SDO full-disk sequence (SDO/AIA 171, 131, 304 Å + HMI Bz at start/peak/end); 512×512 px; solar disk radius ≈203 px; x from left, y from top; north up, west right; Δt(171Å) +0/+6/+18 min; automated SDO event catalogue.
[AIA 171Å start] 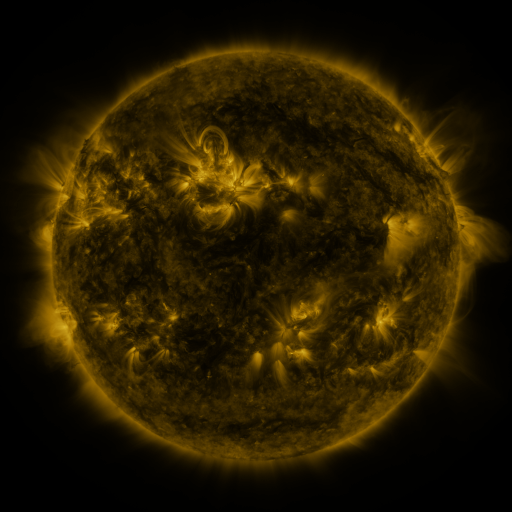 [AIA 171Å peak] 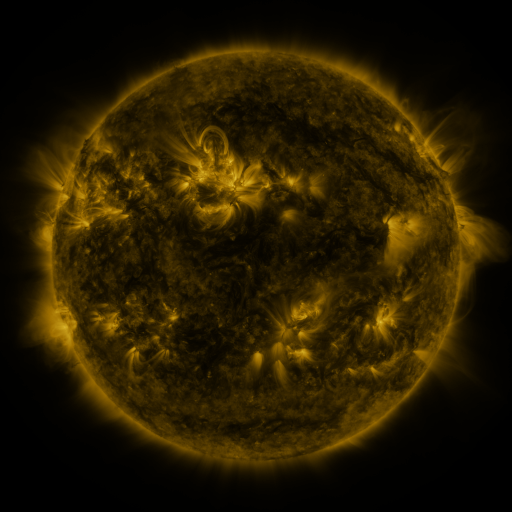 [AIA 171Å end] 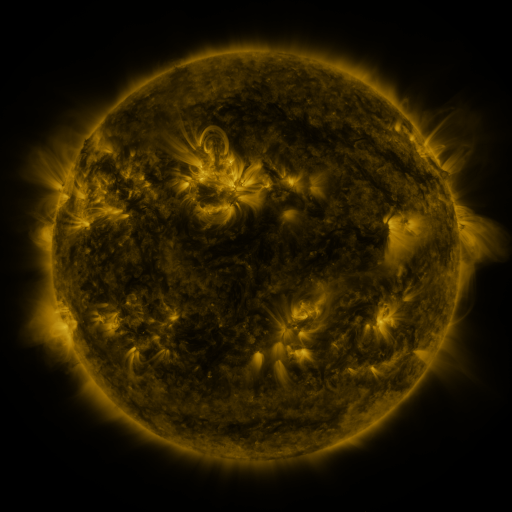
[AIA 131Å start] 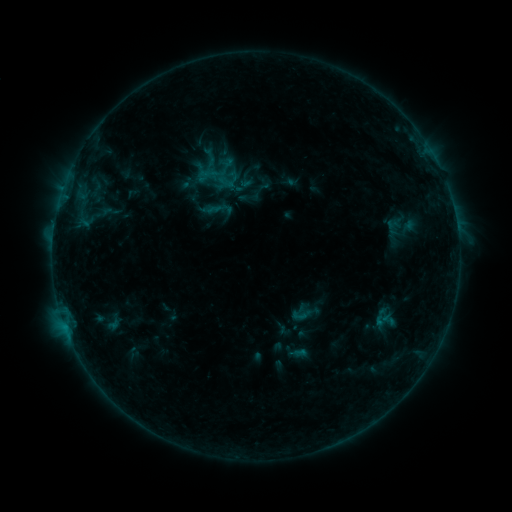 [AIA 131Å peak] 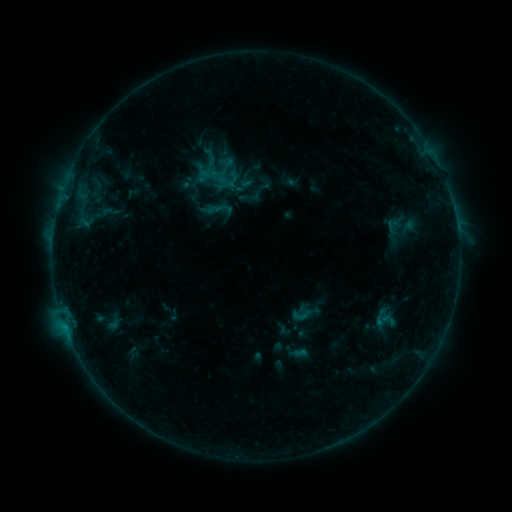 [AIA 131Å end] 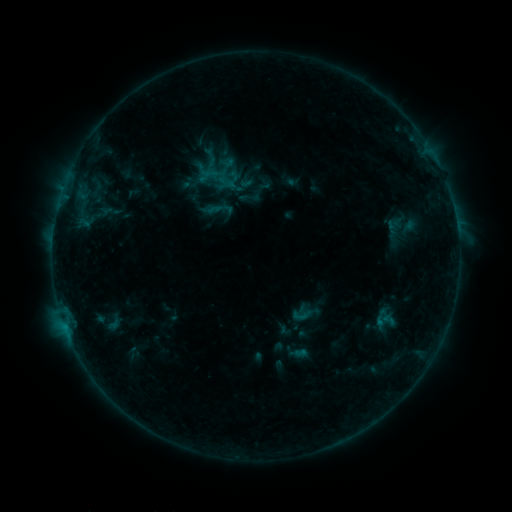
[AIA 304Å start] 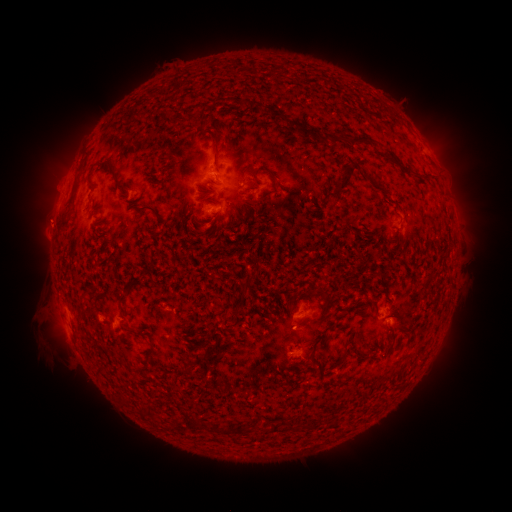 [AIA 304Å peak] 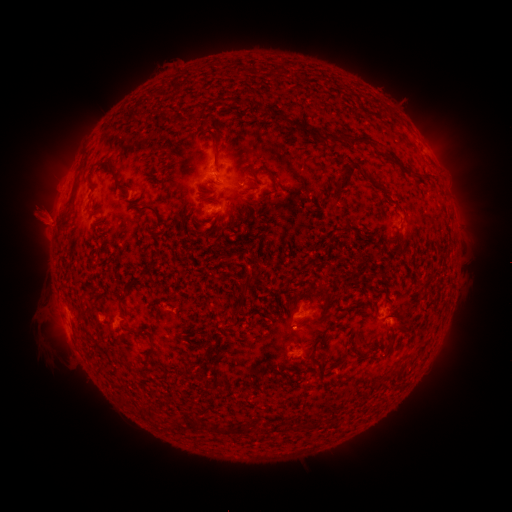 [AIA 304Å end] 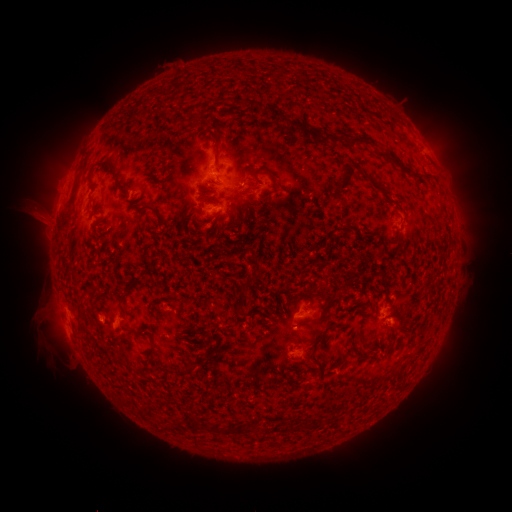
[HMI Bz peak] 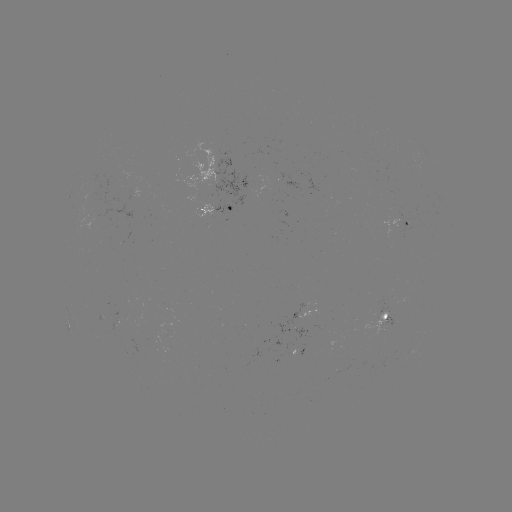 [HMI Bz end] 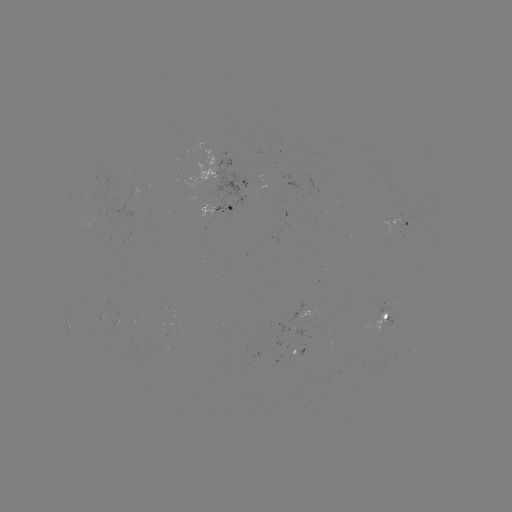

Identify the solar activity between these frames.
eruption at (39, 213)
